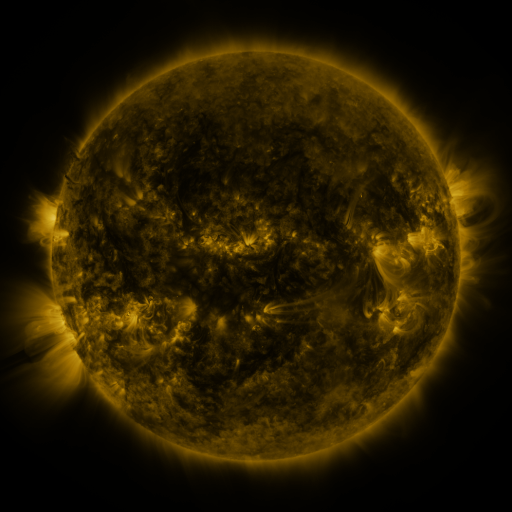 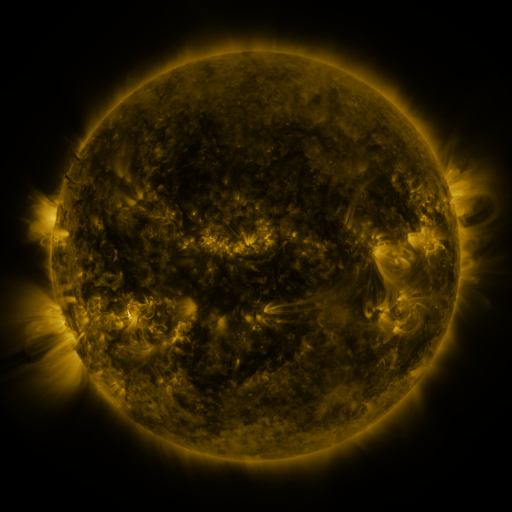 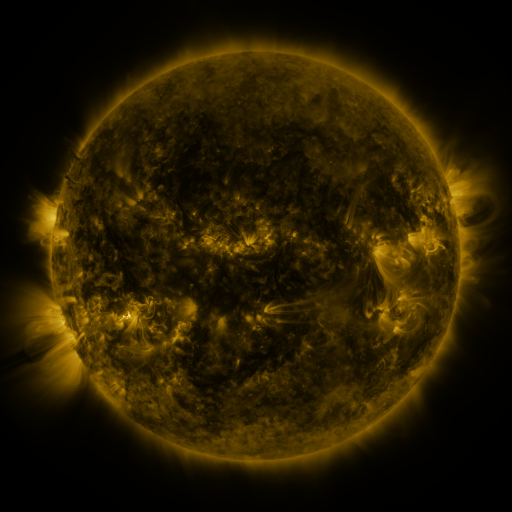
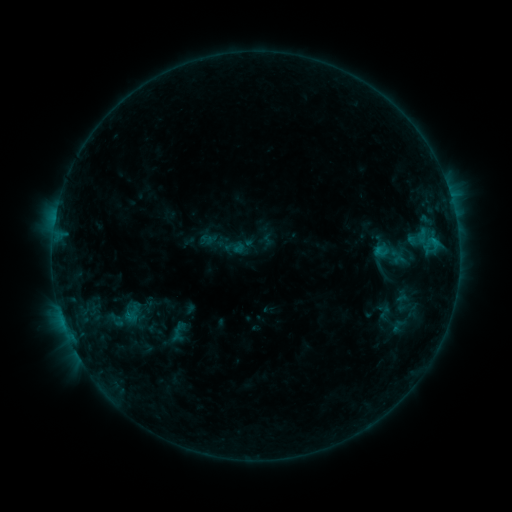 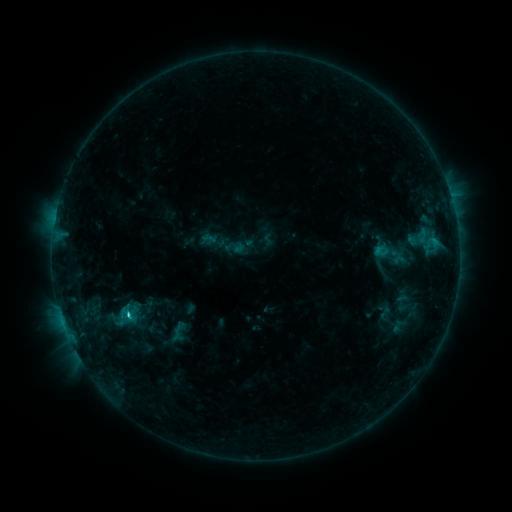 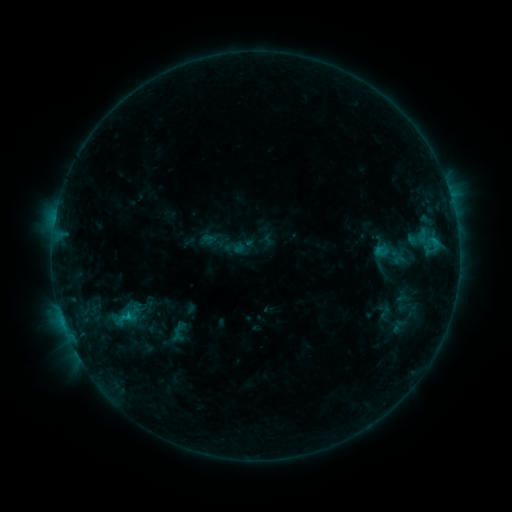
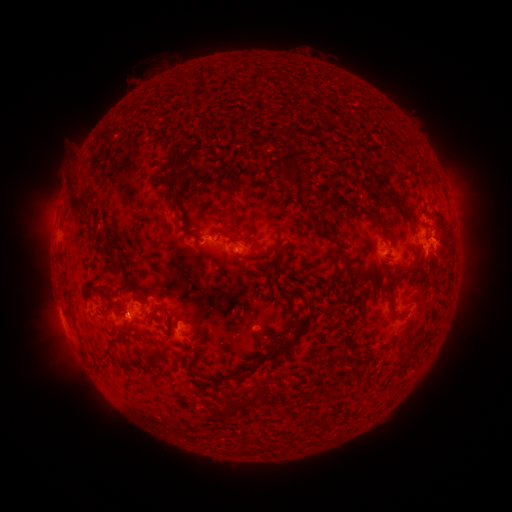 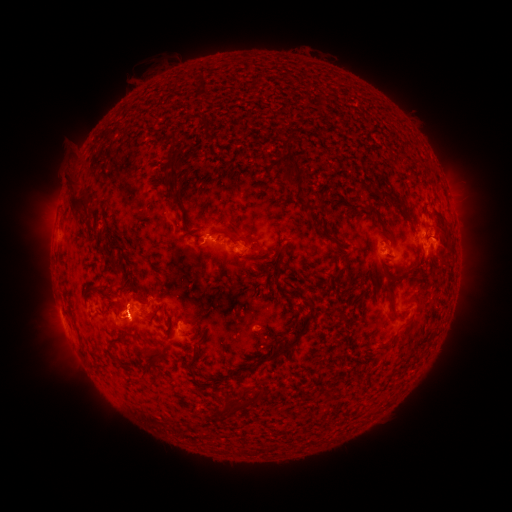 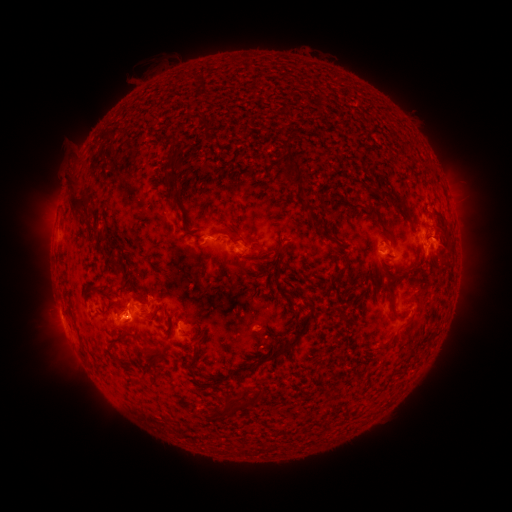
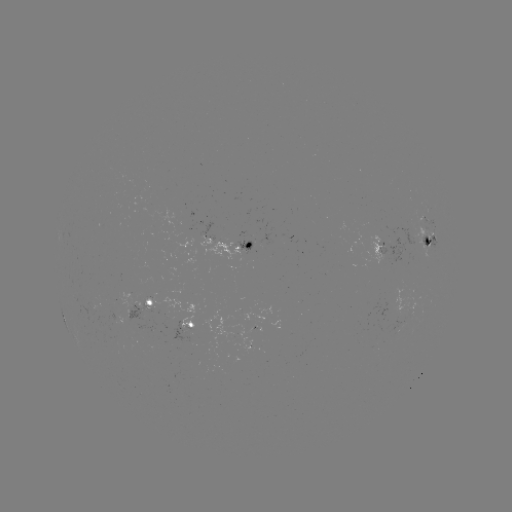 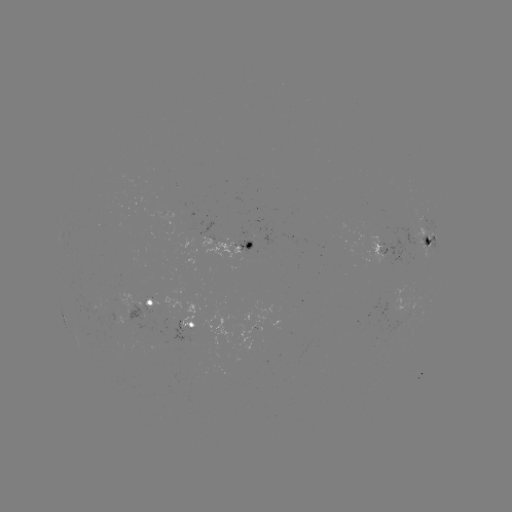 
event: flare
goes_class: C1.4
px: (127, 313)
